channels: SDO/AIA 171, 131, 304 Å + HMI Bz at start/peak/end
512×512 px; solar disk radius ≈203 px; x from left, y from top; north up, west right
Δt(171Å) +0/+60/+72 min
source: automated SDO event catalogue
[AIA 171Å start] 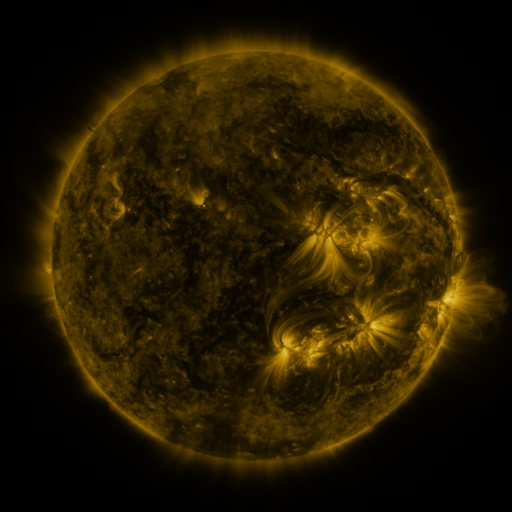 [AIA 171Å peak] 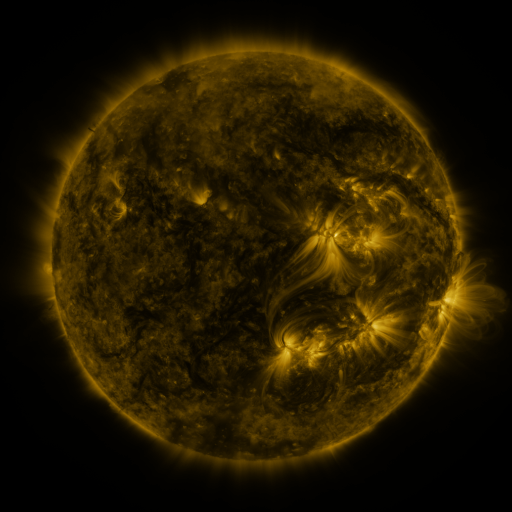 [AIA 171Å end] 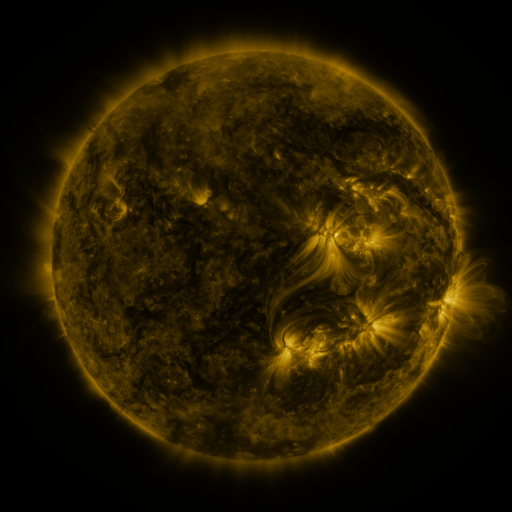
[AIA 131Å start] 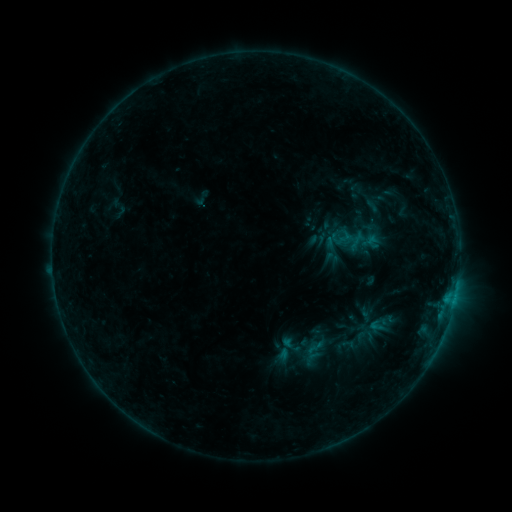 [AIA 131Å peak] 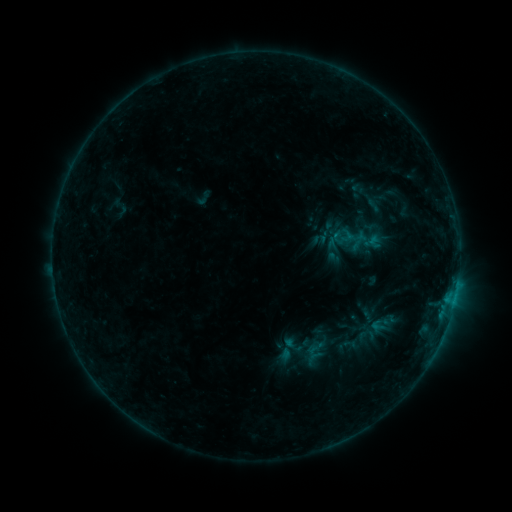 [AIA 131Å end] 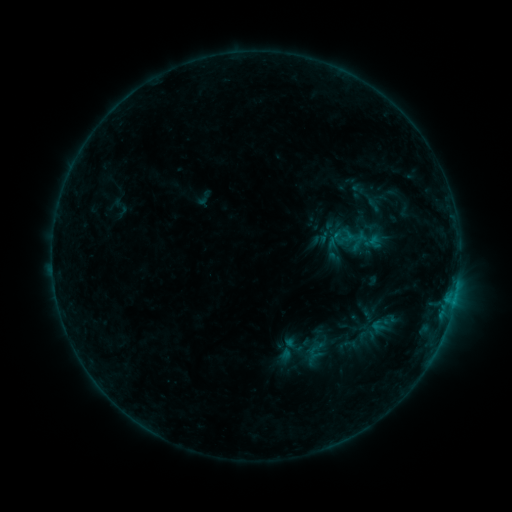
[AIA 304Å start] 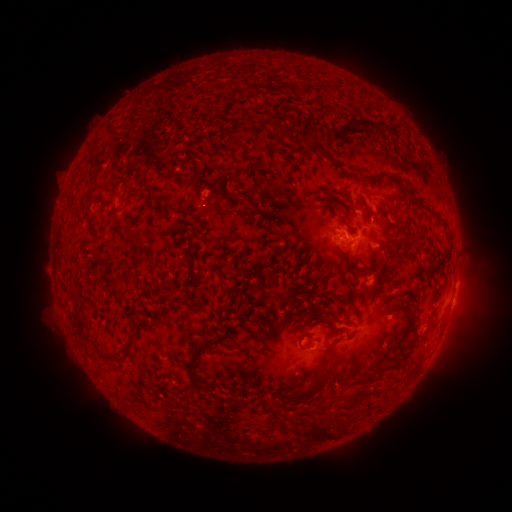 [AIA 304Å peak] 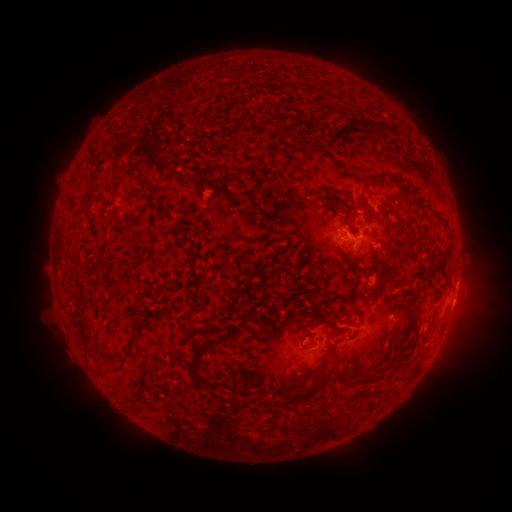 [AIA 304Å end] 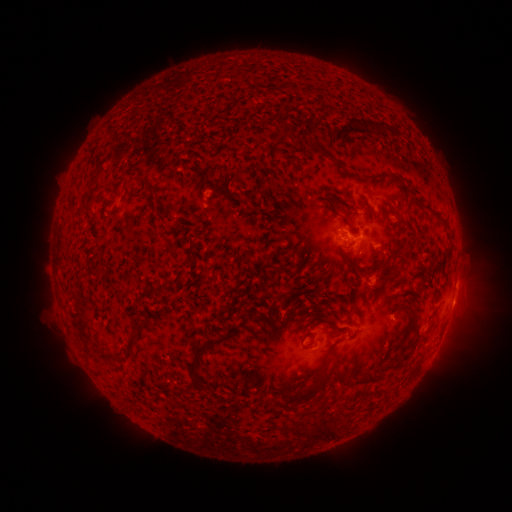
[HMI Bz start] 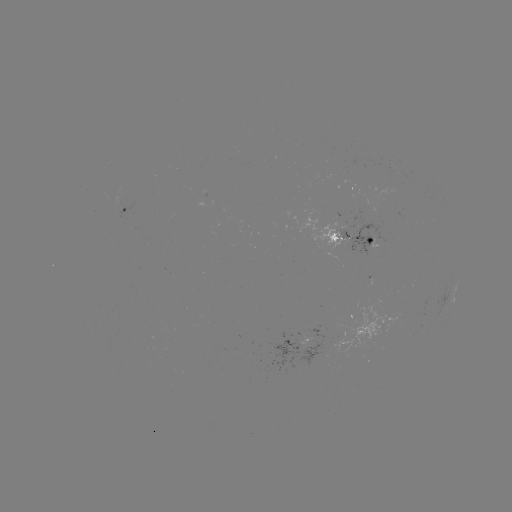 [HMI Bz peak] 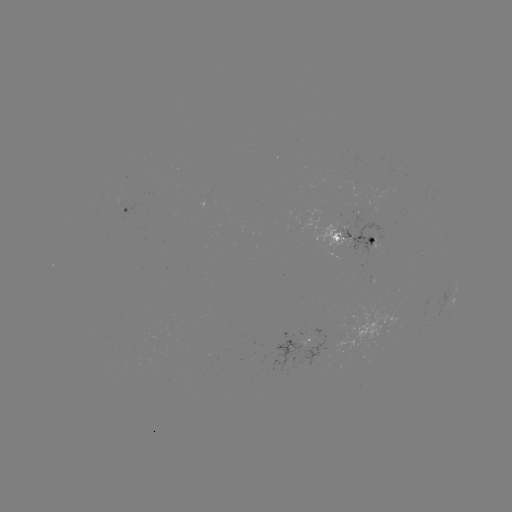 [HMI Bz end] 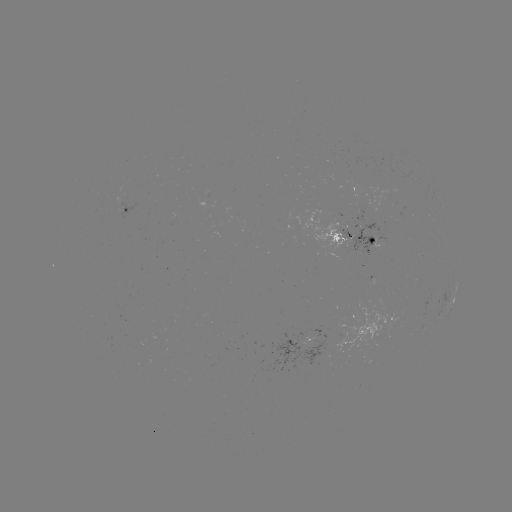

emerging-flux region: <bbox>338, 213, 395, 254</bbox>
